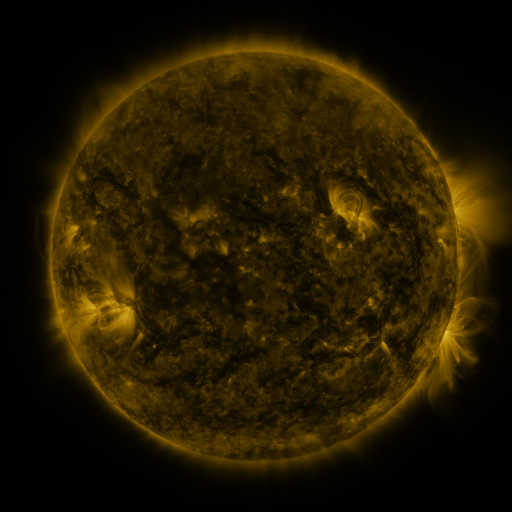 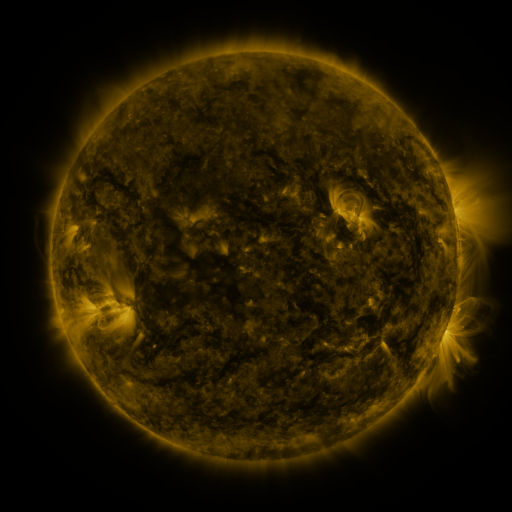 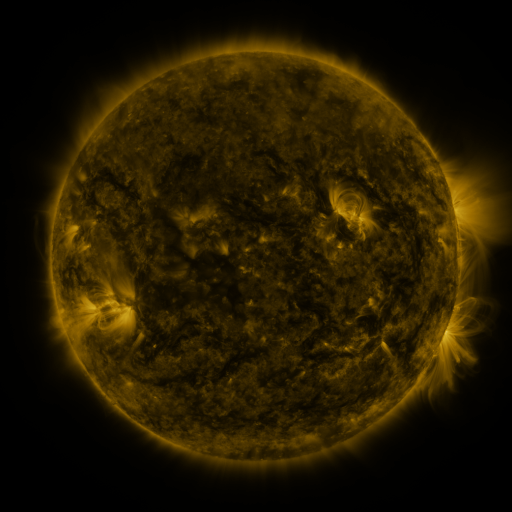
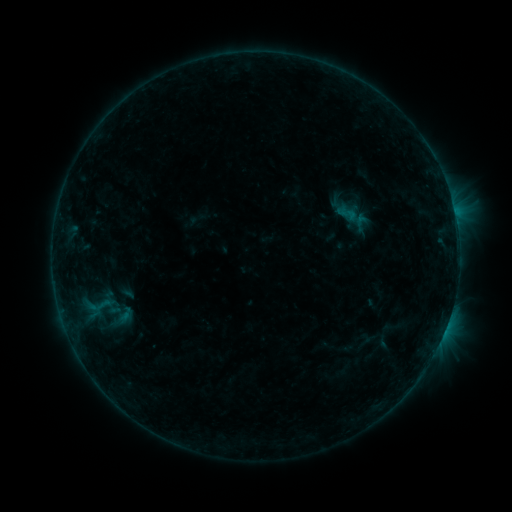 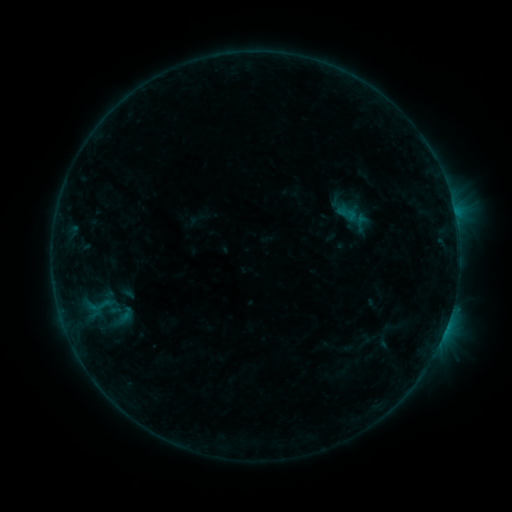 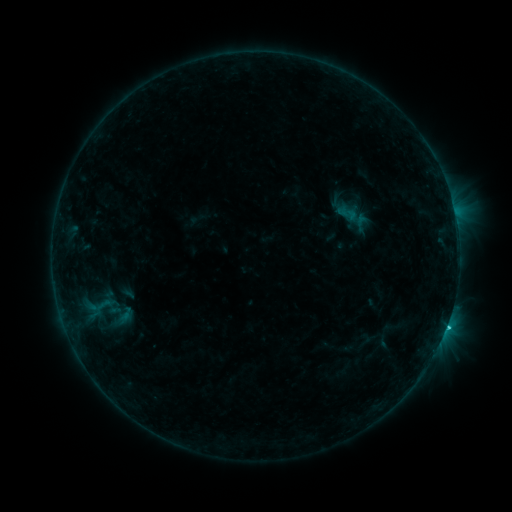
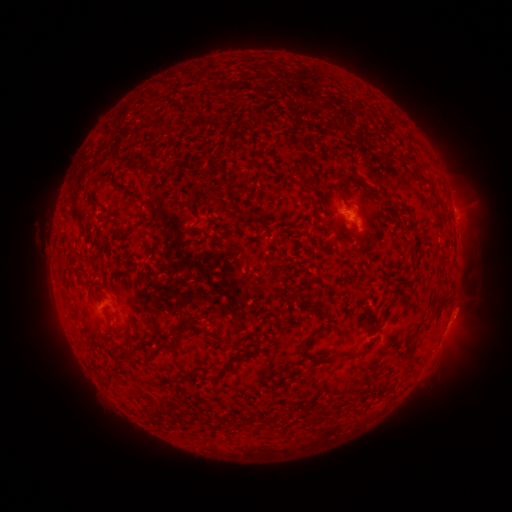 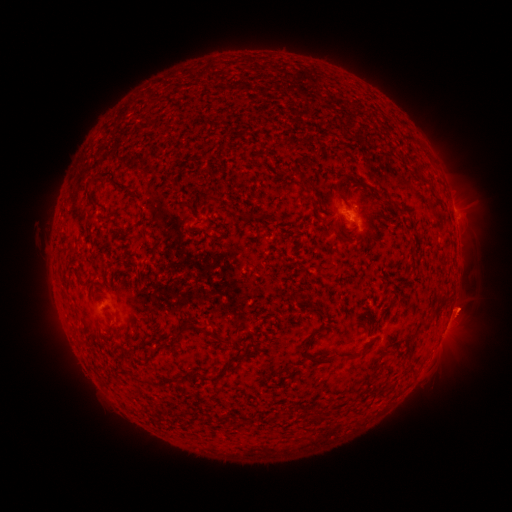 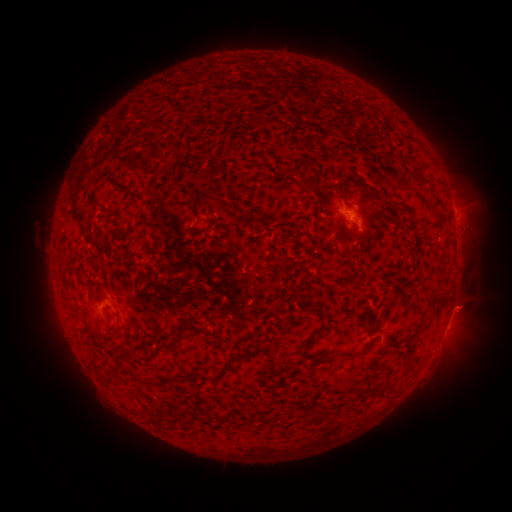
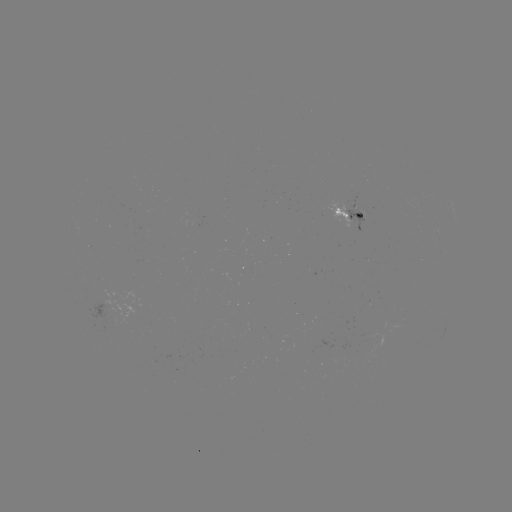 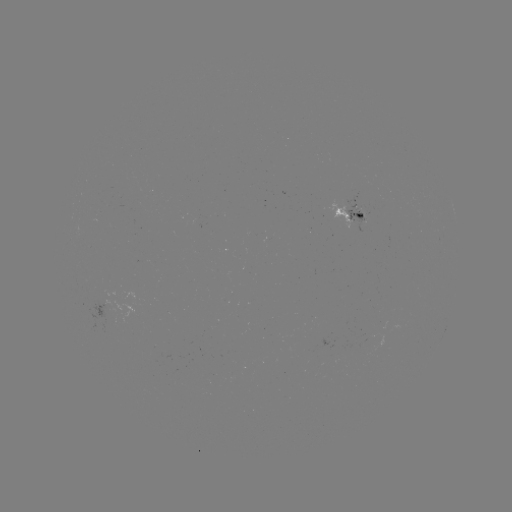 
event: eruption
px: (462, 312)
